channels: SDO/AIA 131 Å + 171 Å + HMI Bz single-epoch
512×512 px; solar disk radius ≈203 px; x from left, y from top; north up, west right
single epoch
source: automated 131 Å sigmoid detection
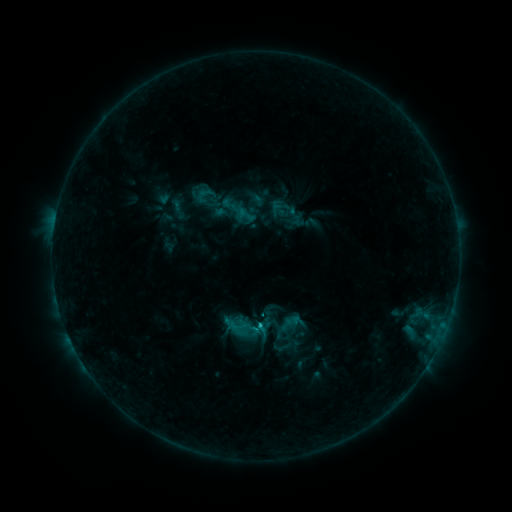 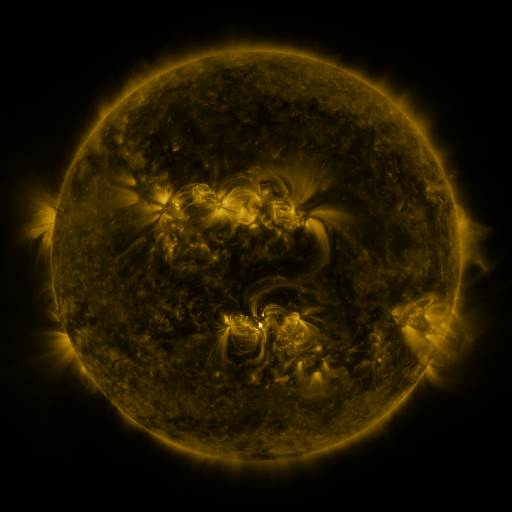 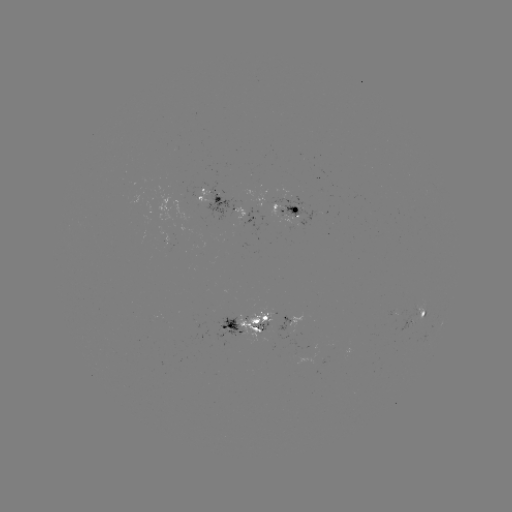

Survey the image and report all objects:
sigmoid: (282, 313, 300, 332)
